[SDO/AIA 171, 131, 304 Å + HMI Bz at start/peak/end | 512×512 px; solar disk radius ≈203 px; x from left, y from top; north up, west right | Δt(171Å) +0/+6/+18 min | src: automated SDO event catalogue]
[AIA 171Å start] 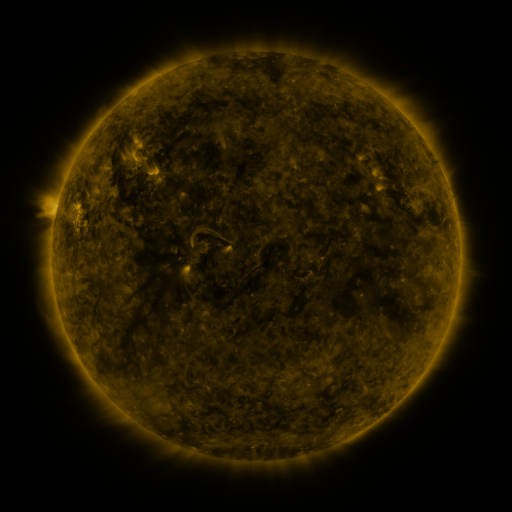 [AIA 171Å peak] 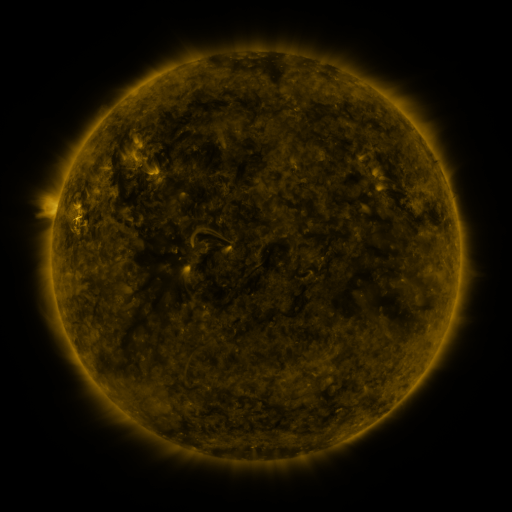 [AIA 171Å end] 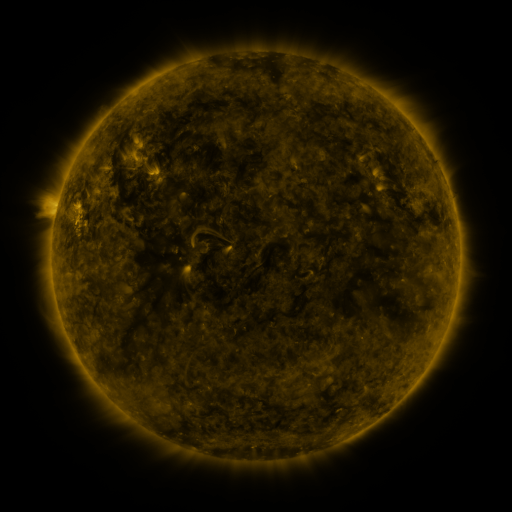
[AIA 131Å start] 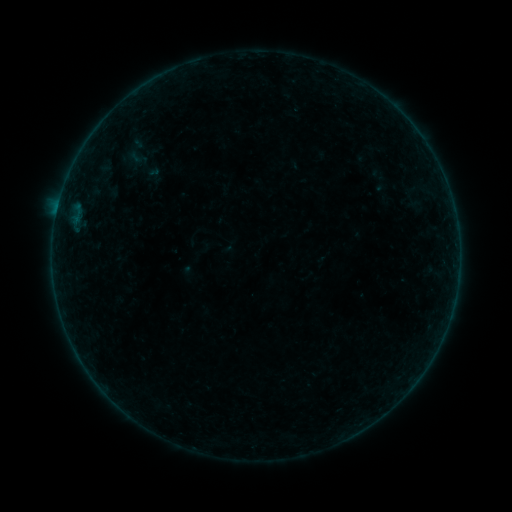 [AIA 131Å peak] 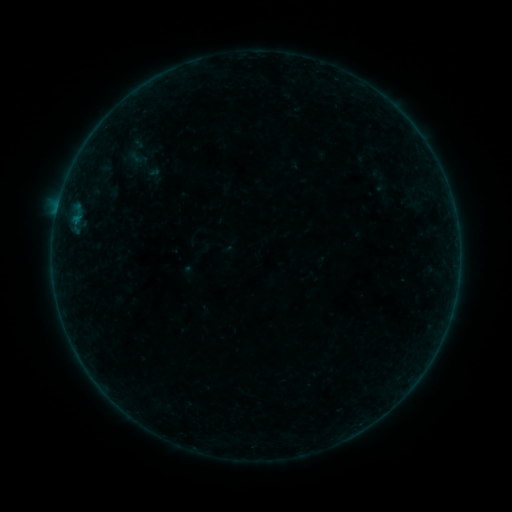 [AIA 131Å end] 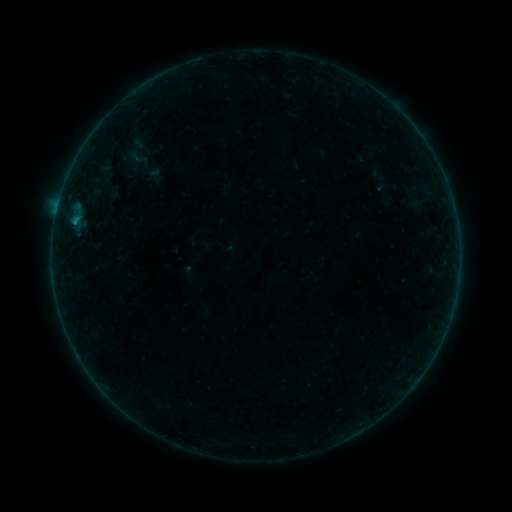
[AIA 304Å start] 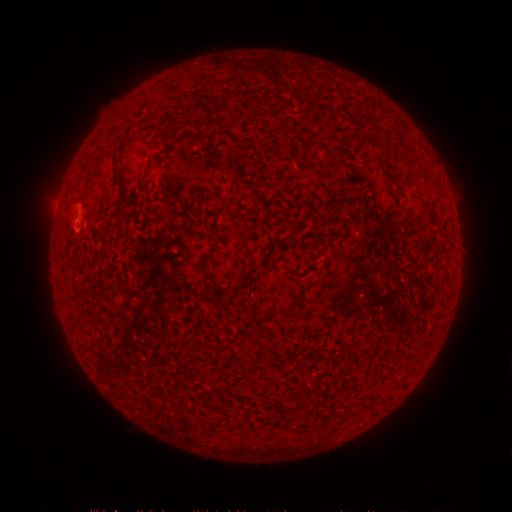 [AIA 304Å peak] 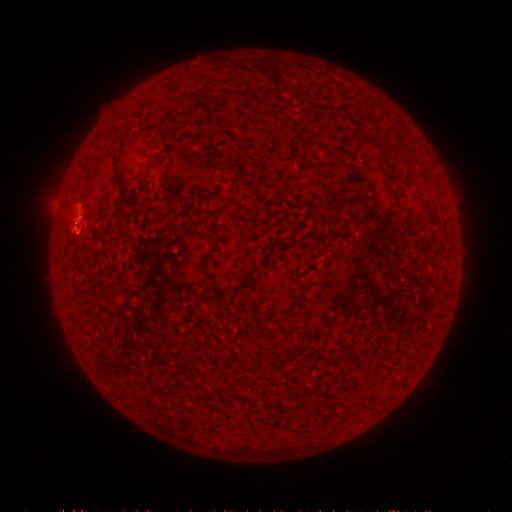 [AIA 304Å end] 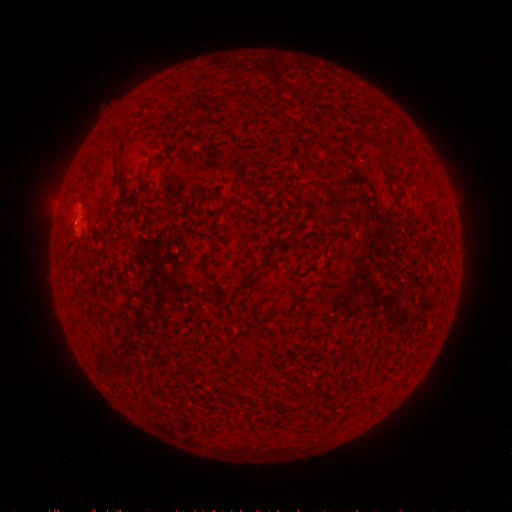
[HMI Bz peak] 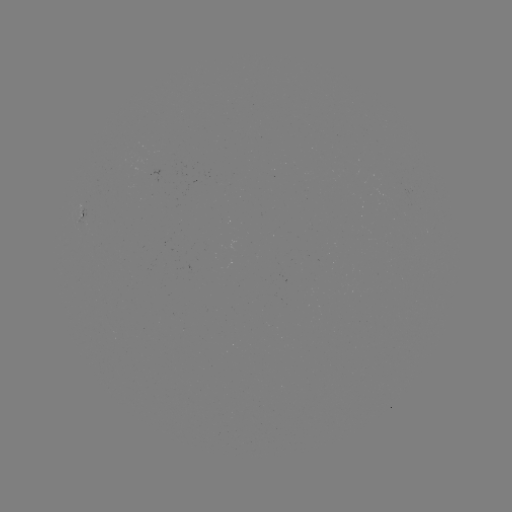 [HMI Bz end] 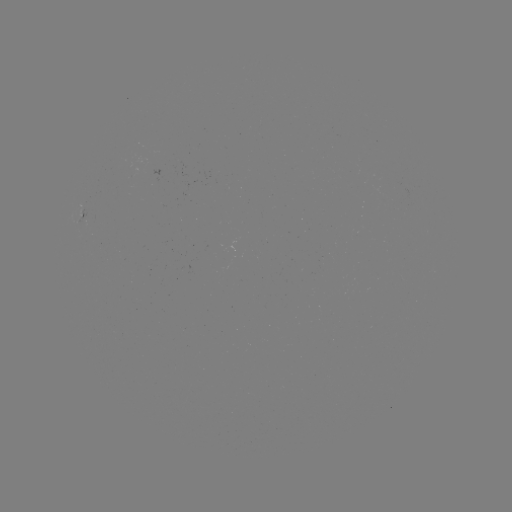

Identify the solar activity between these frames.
eruption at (71, 235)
